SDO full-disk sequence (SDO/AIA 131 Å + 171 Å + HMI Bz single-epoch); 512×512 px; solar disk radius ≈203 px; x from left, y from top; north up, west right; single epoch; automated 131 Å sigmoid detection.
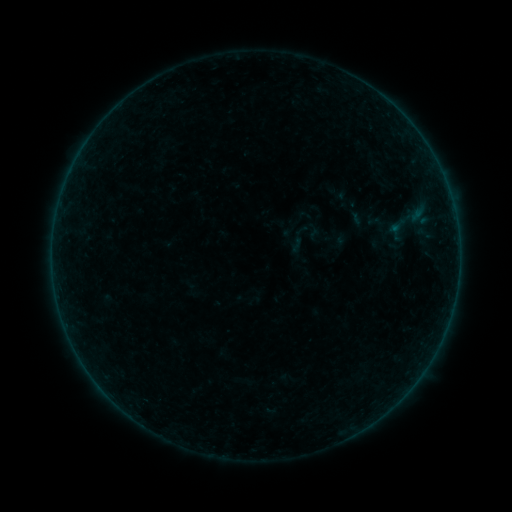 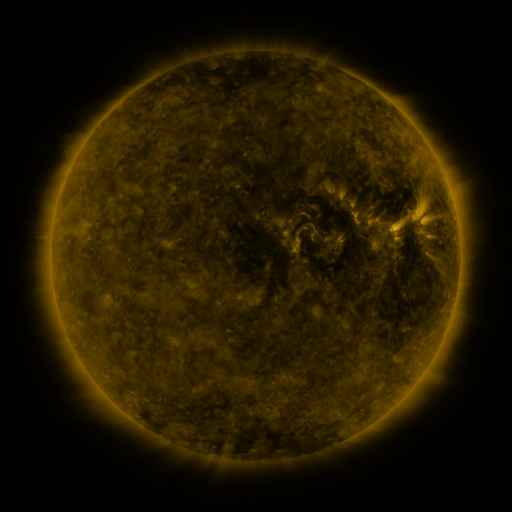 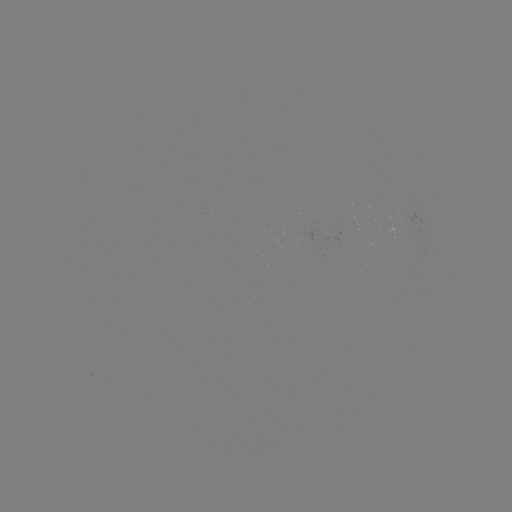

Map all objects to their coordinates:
sigmoid: (282, 223, 315, 255)
